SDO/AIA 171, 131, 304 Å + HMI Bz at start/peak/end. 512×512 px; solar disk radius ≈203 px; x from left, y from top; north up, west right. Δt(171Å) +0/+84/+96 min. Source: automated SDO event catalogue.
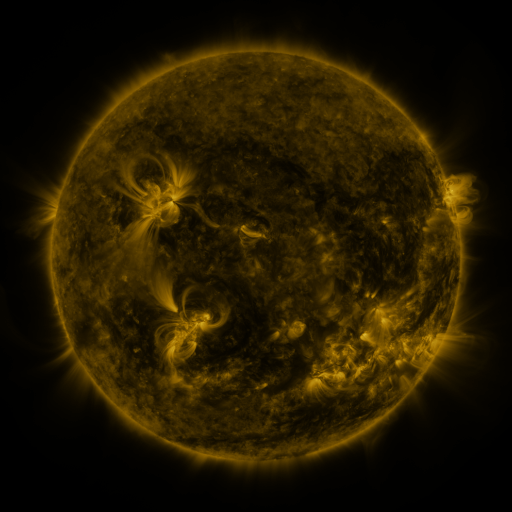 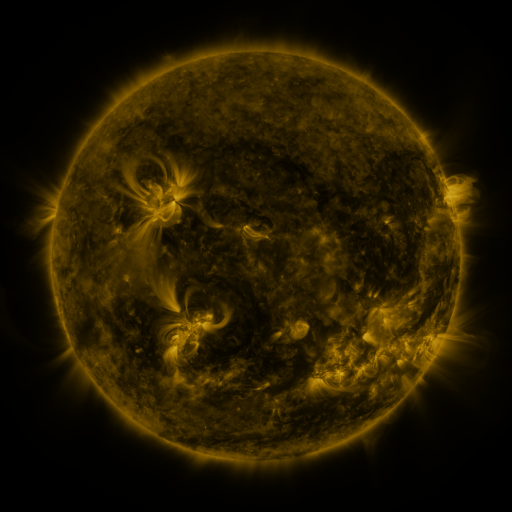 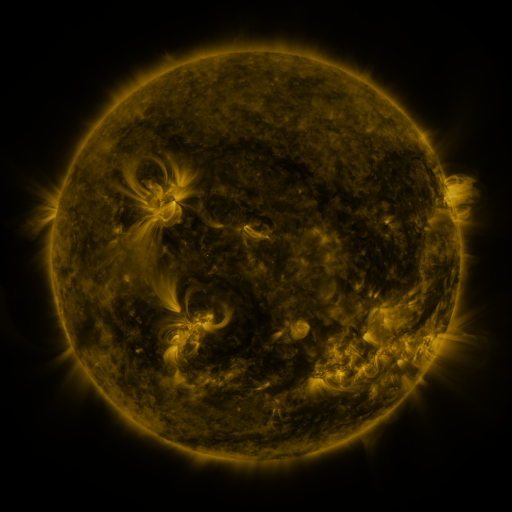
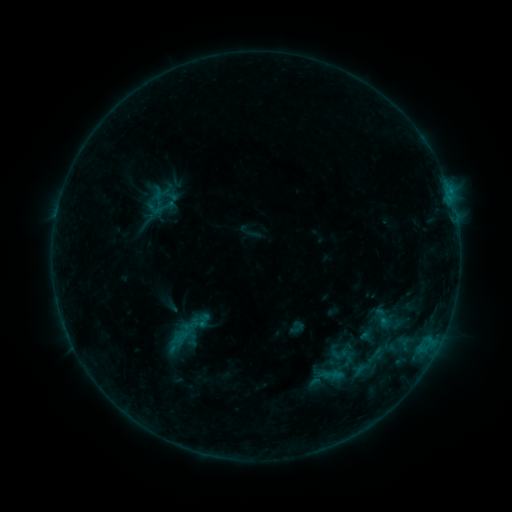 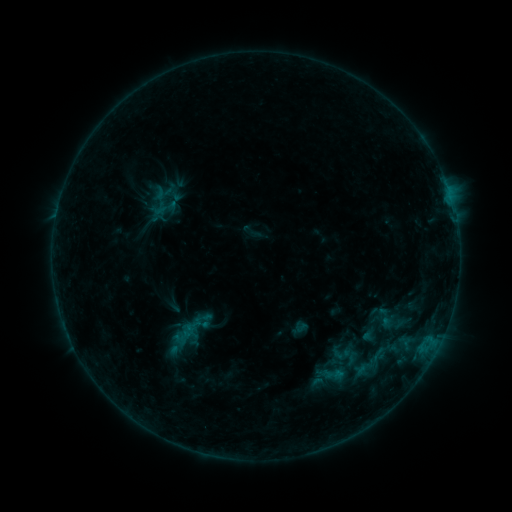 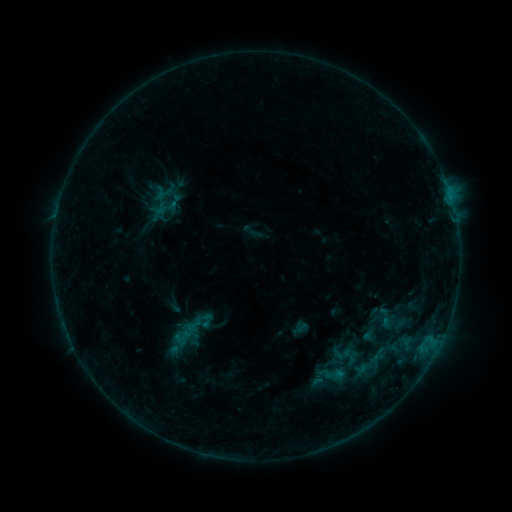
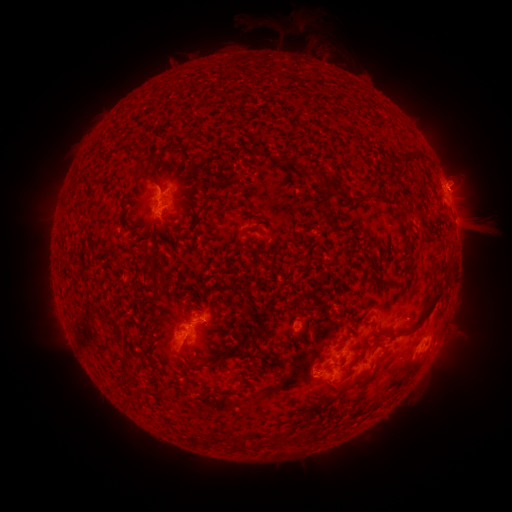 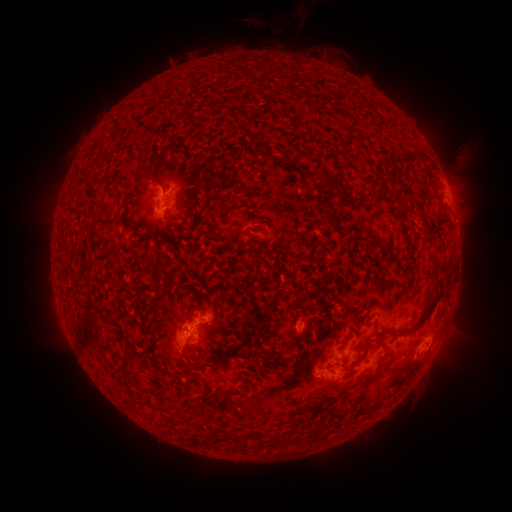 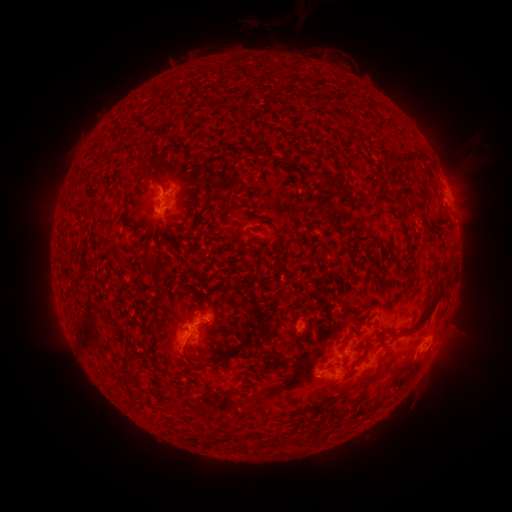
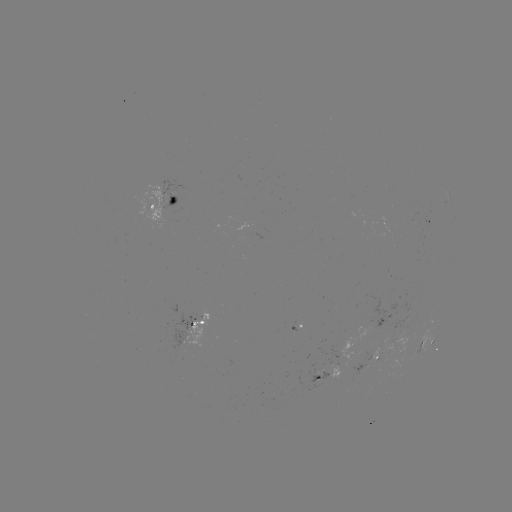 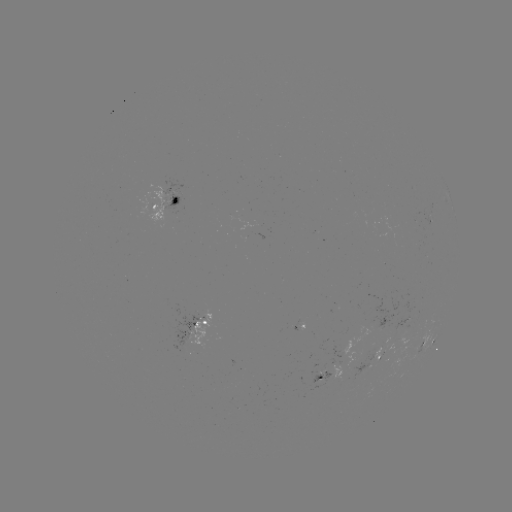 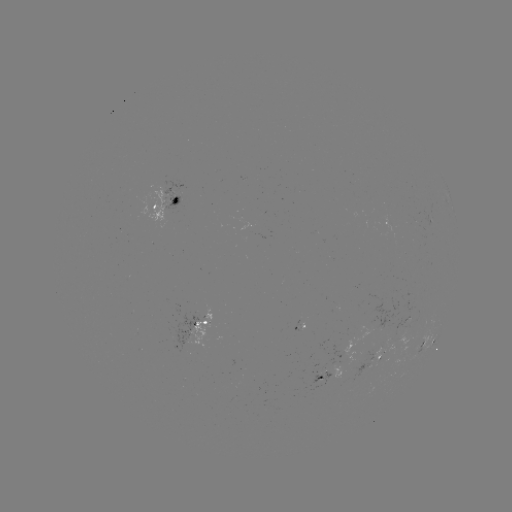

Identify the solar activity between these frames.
emerging-flux region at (375, 362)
